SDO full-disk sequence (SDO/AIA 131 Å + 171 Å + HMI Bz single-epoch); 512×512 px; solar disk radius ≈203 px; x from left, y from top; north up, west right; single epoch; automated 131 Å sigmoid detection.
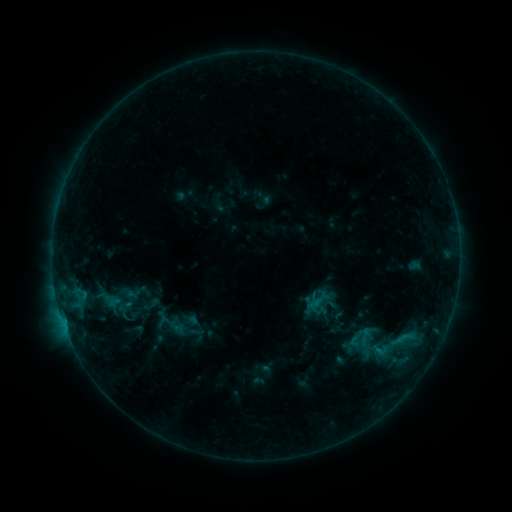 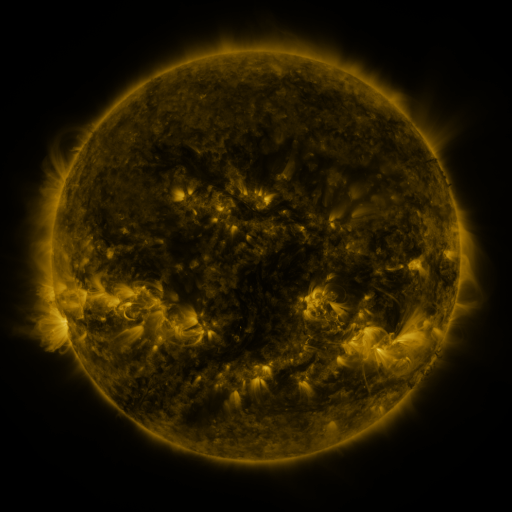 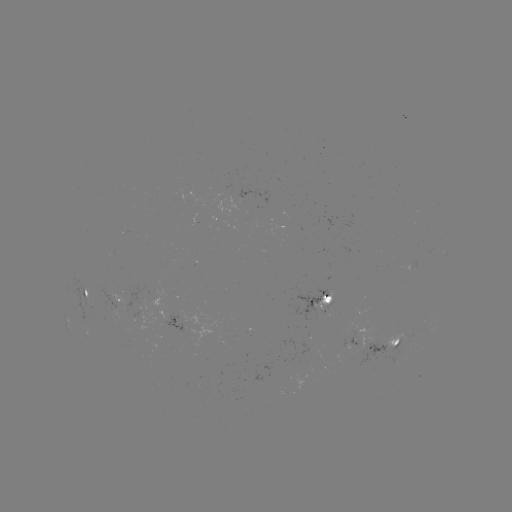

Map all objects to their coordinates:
sigmoid: [141, 294, 162, 315]
sigmoid: [372, 340, 390, 358]
